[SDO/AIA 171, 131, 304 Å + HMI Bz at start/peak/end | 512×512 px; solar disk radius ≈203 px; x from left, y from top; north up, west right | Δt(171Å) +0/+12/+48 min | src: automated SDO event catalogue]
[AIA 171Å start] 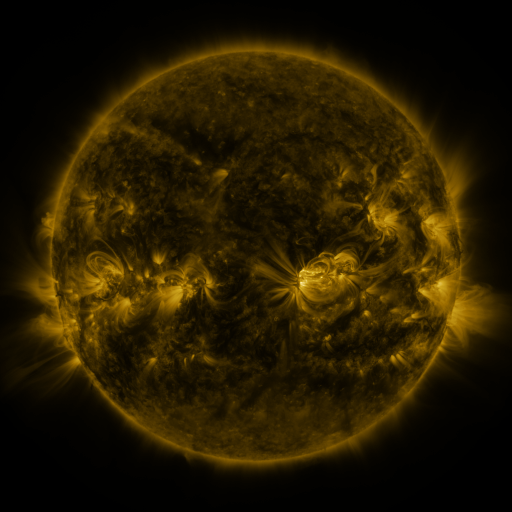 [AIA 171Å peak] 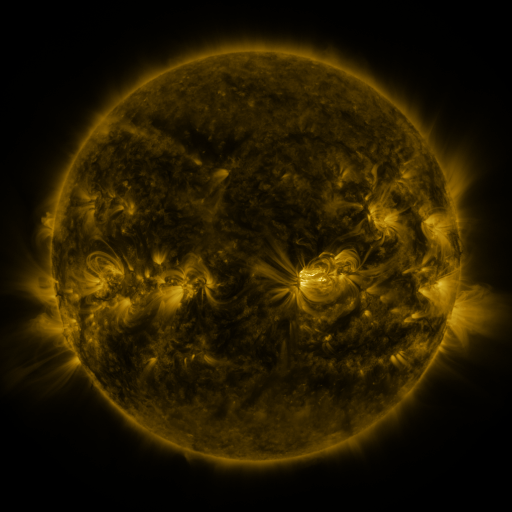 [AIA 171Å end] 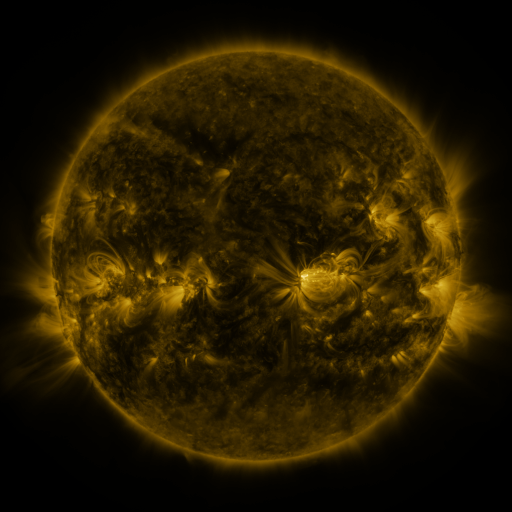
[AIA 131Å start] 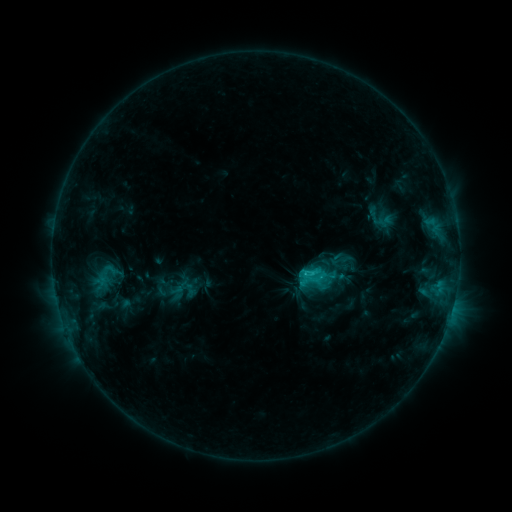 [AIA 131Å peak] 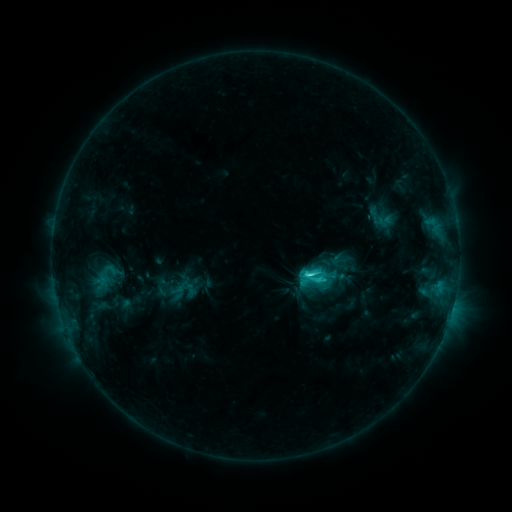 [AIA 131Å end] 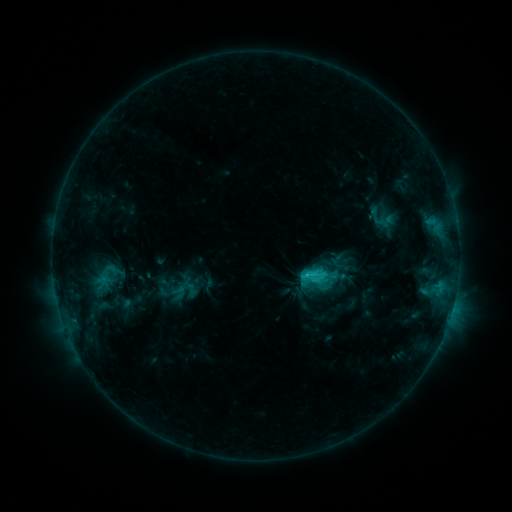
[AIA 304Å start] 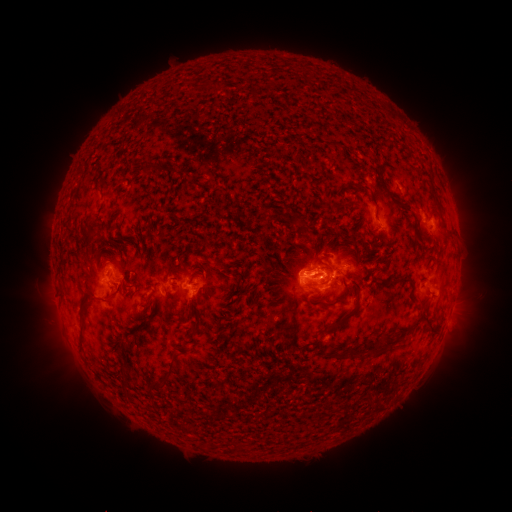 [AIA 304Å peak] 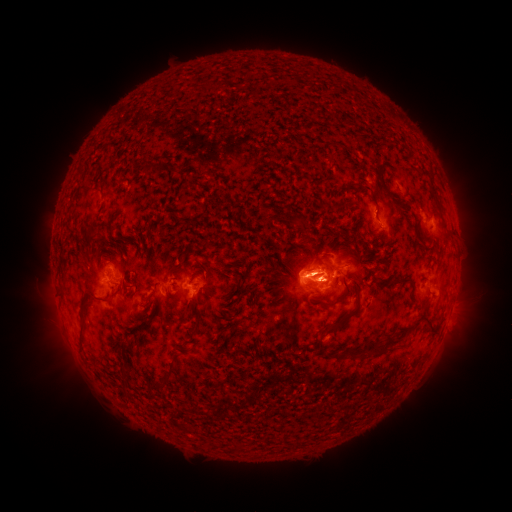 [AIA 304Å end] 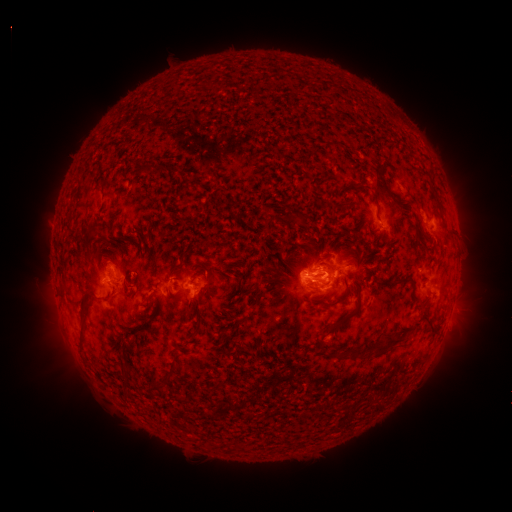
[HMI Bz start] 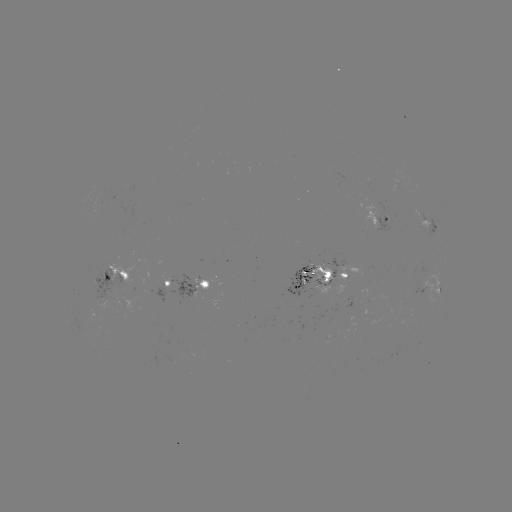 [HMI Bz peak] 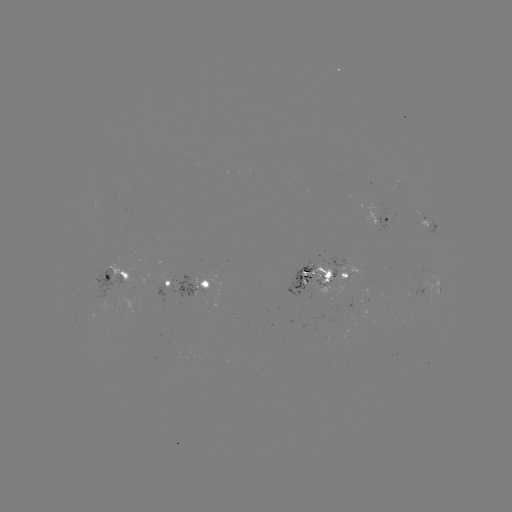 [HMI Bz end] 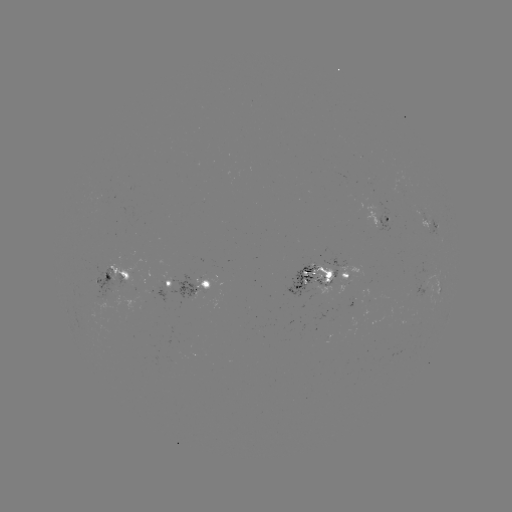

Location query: C3.0 flare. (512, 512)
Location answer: [307, 271].